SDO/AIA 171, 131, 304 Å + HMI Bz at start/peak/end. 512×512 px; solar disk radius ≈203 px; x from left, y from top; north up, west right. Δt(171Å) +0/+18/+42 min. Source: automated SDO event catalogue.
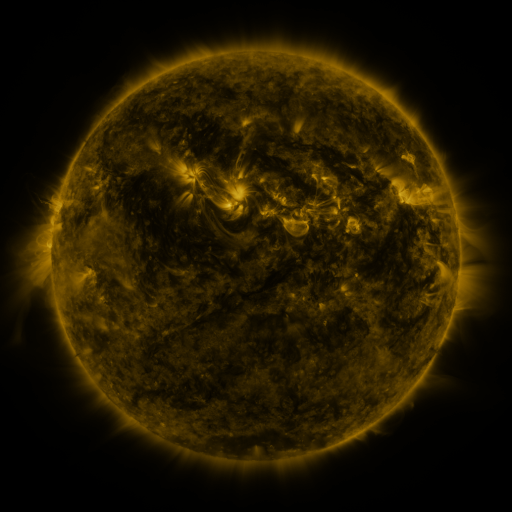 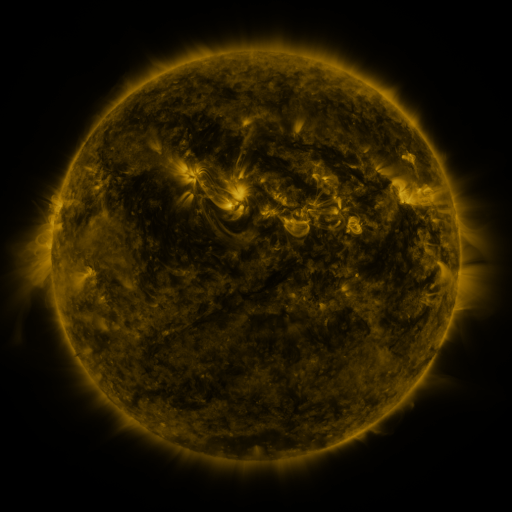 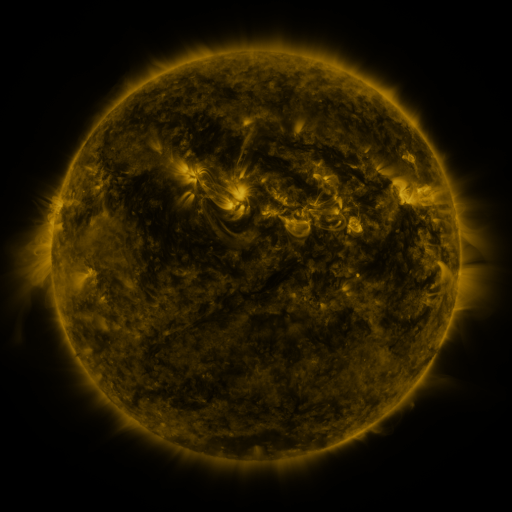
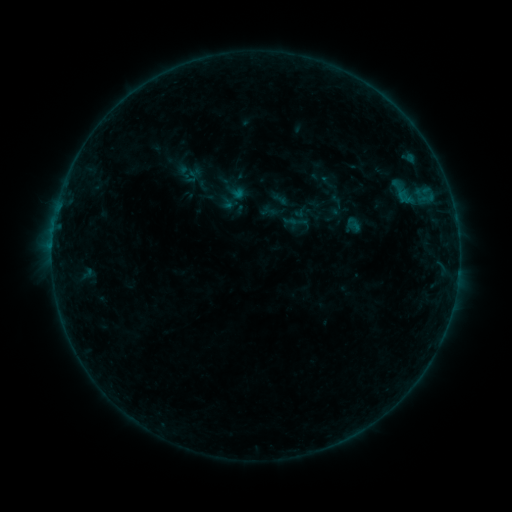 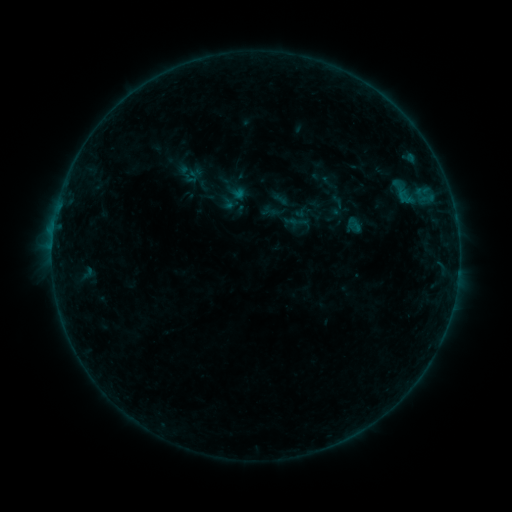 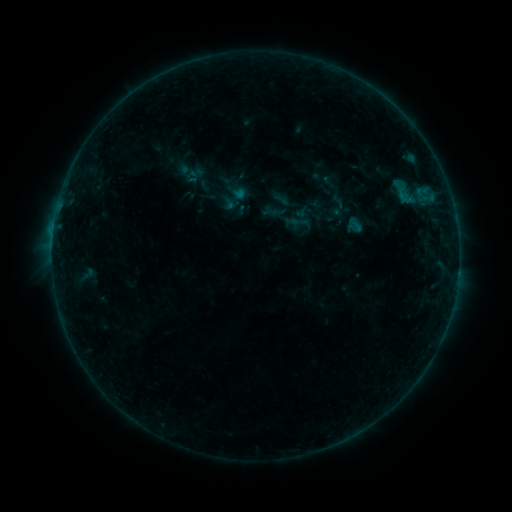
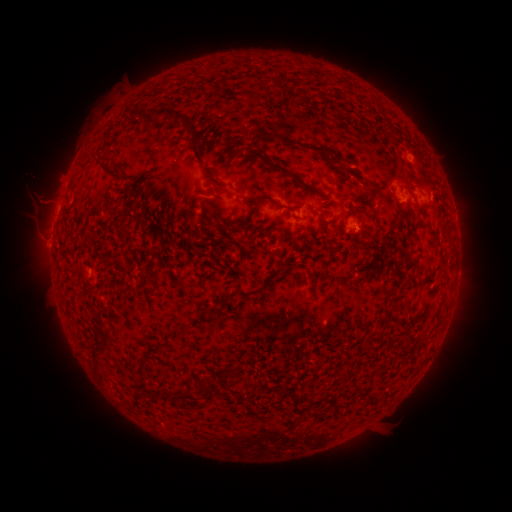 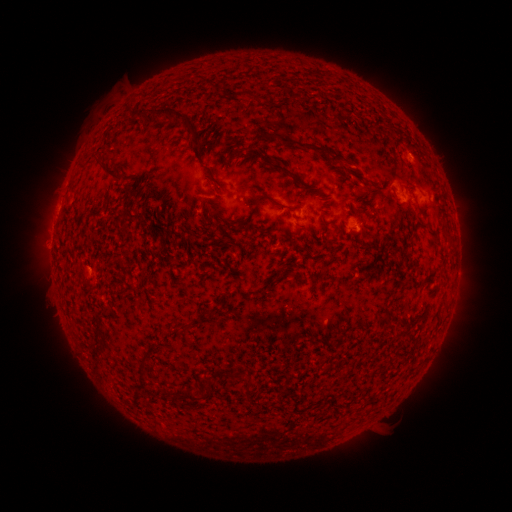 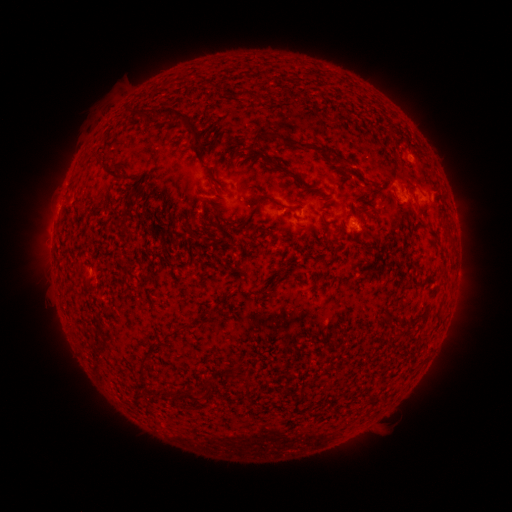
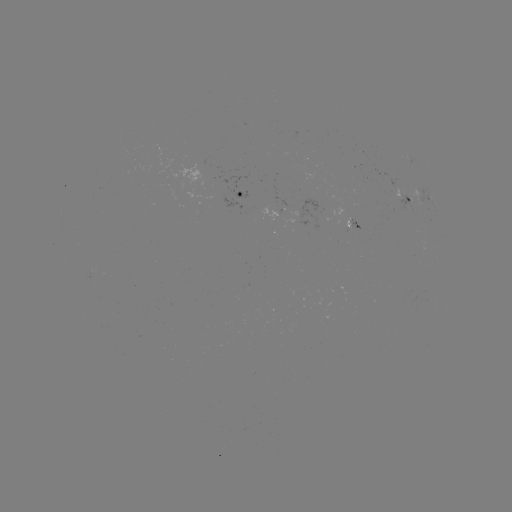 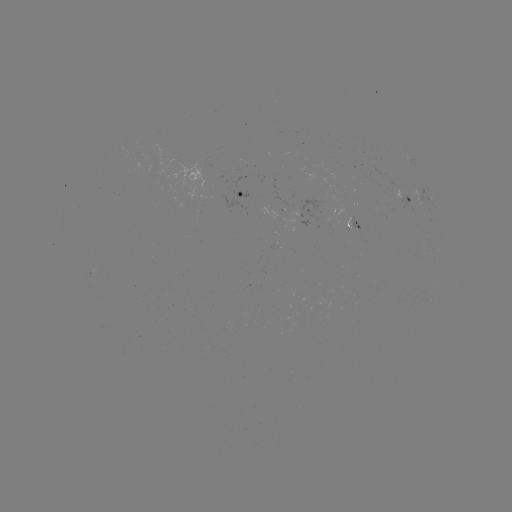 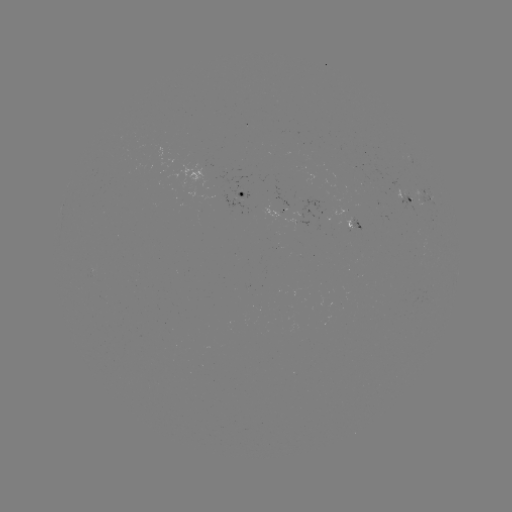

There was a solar flare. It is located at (54, 234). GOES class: B2.8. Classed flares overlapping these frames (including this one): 1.